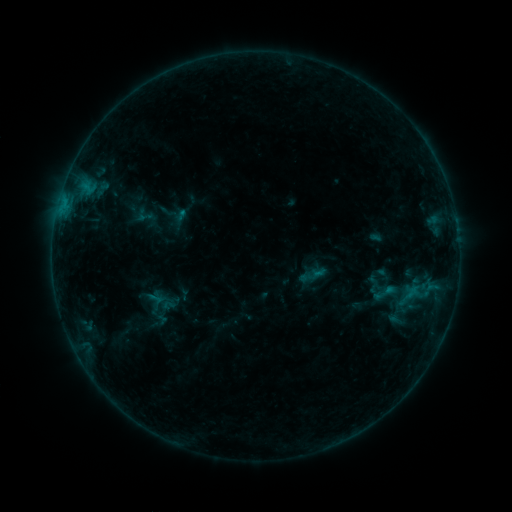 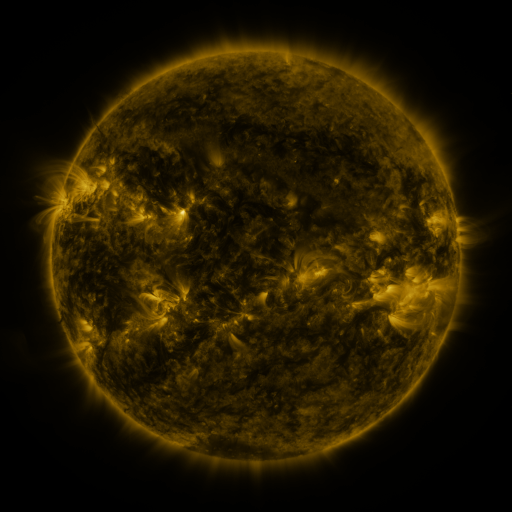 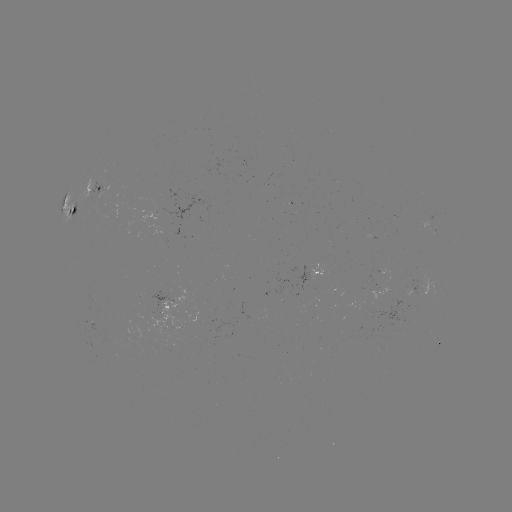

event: sigmoid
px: (385, 293)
